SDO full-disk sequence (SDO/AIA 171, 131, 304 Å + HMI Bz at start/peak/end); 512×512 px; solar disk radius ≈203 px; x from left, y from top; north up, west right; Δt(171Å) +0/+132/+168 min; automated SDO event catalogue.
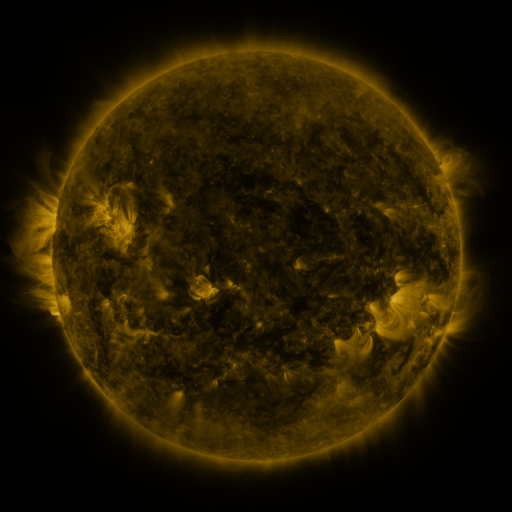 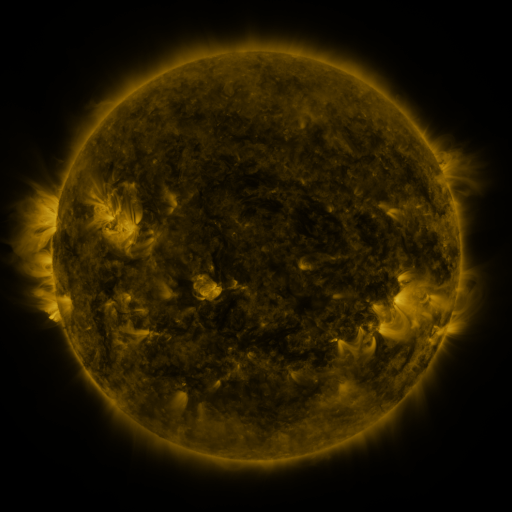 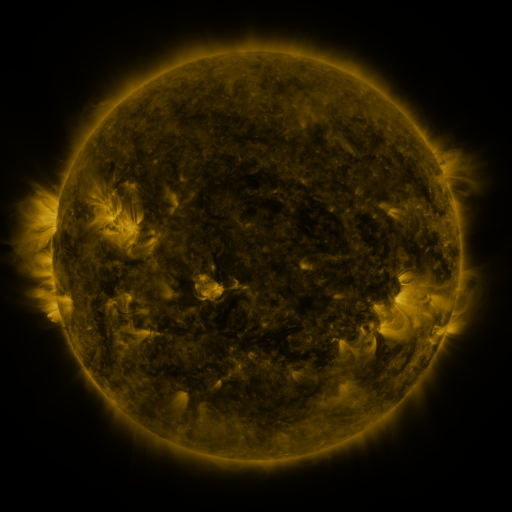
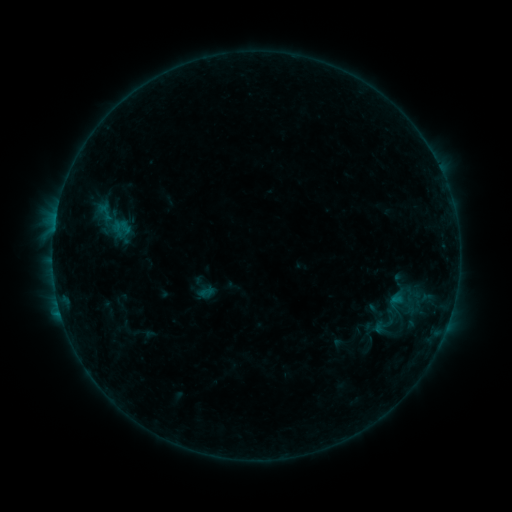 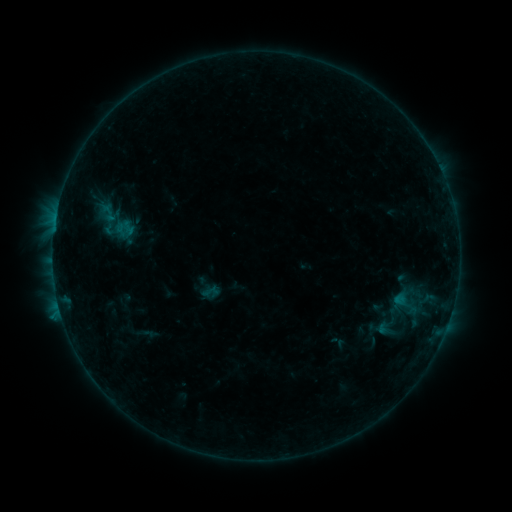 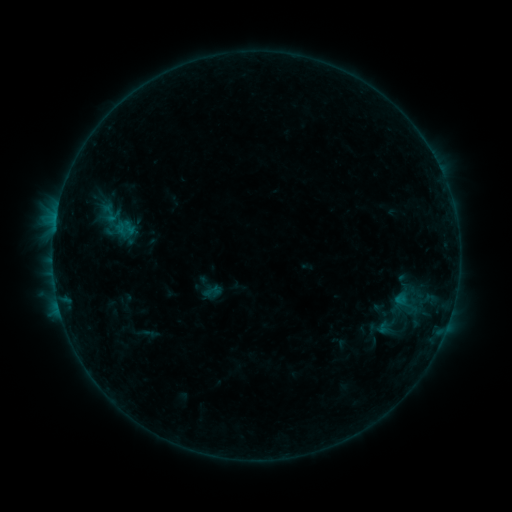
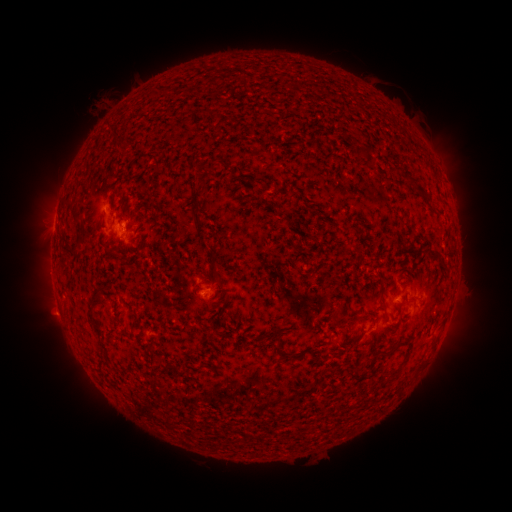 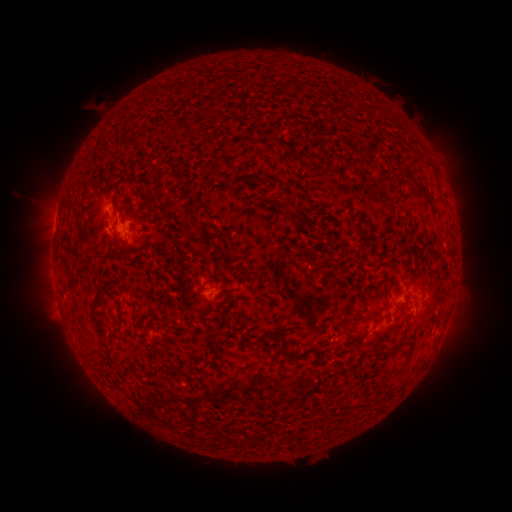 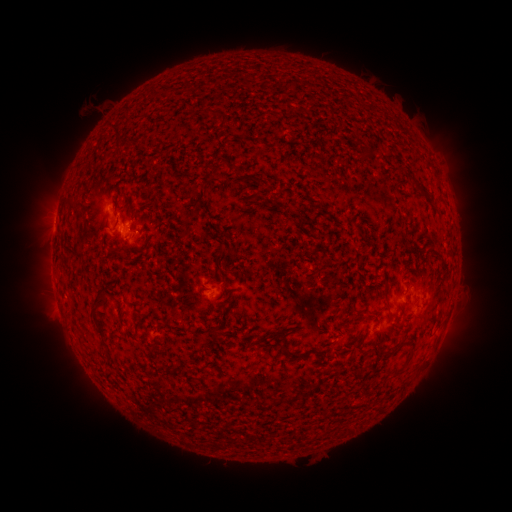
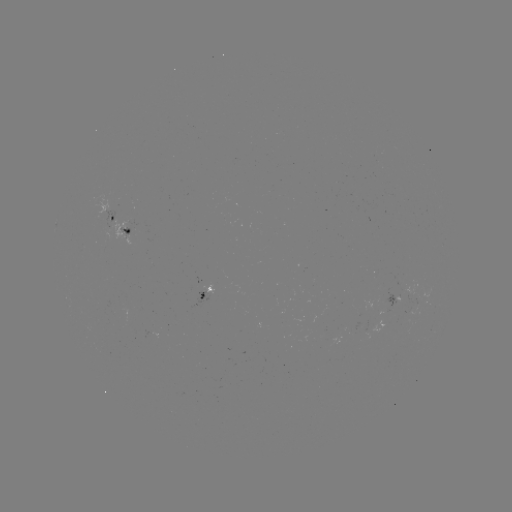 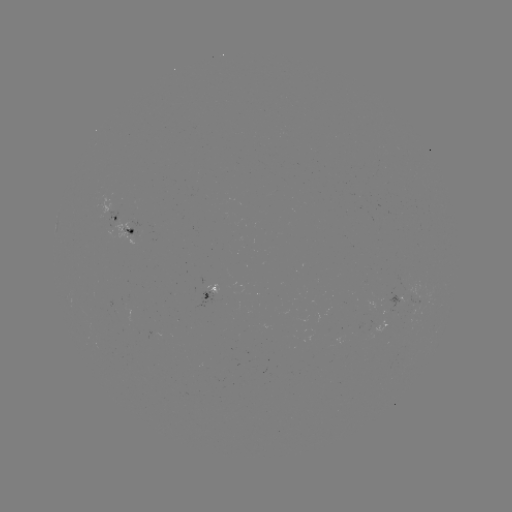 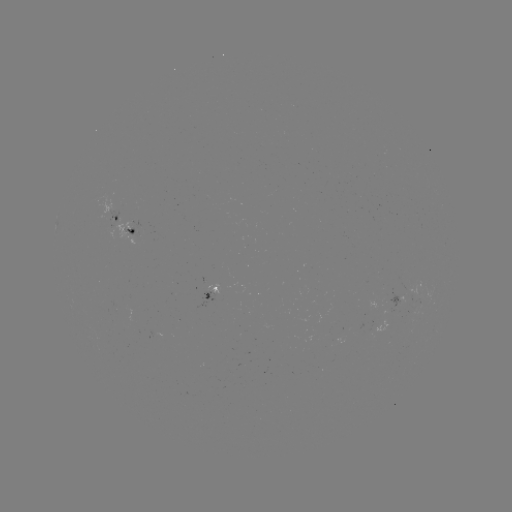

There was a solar emerging-flux region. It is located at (388, 301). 